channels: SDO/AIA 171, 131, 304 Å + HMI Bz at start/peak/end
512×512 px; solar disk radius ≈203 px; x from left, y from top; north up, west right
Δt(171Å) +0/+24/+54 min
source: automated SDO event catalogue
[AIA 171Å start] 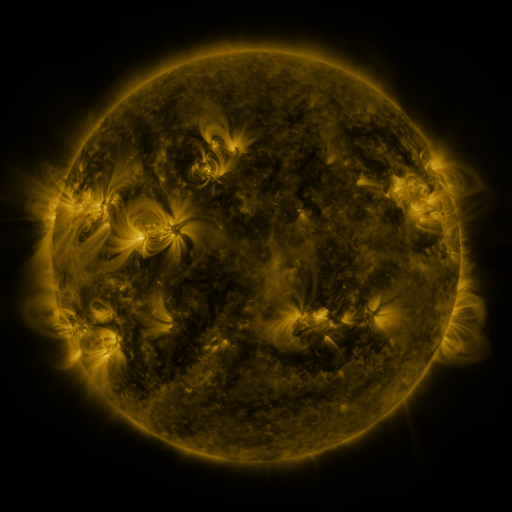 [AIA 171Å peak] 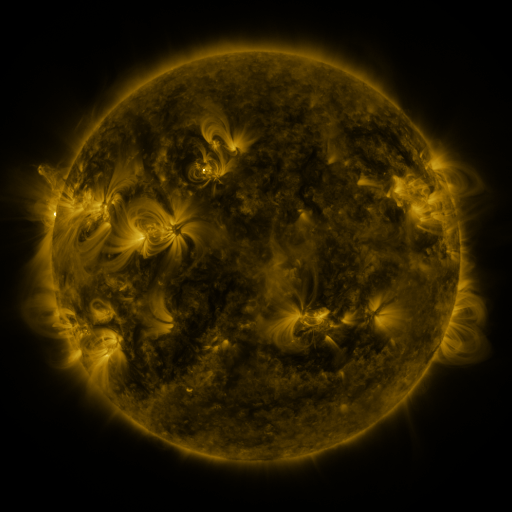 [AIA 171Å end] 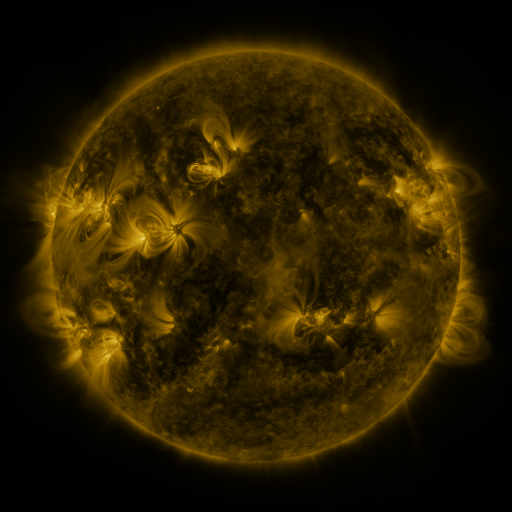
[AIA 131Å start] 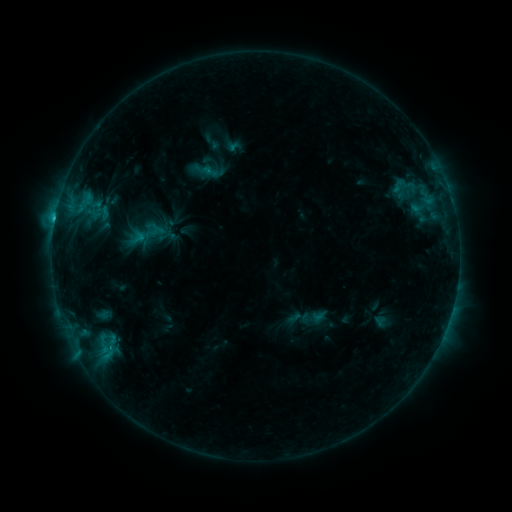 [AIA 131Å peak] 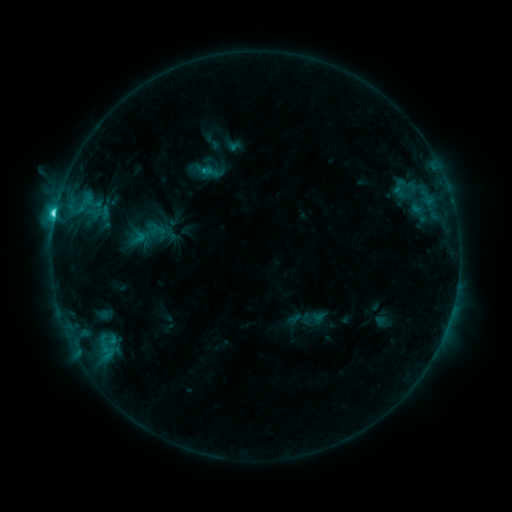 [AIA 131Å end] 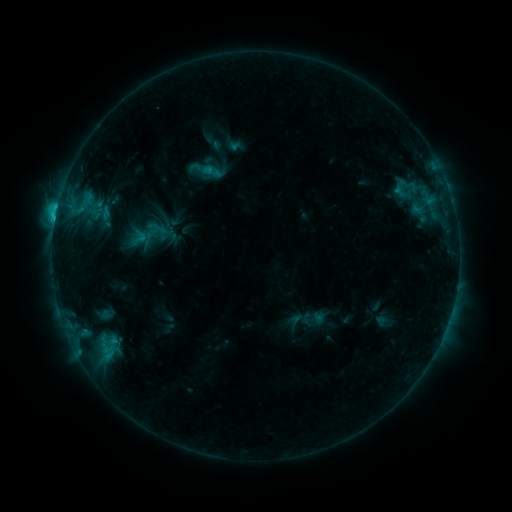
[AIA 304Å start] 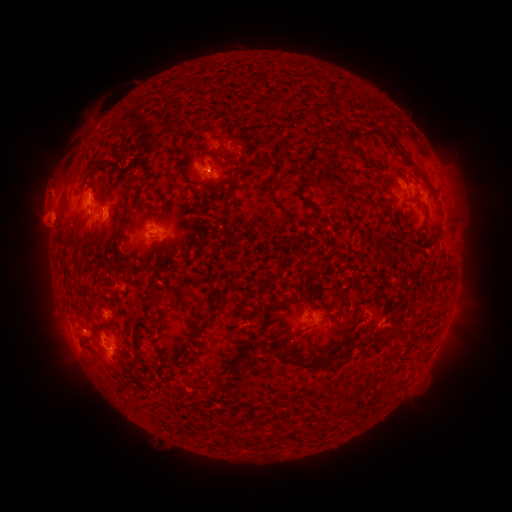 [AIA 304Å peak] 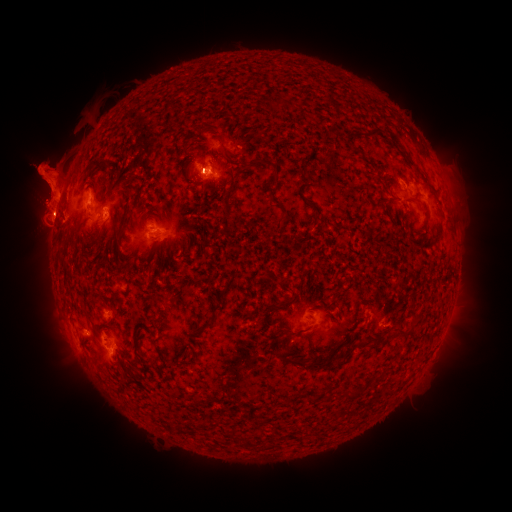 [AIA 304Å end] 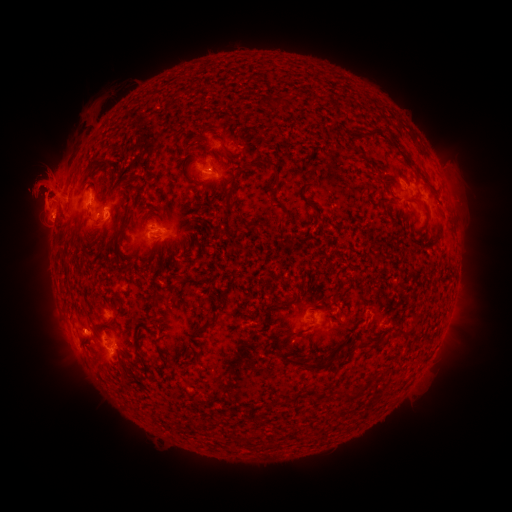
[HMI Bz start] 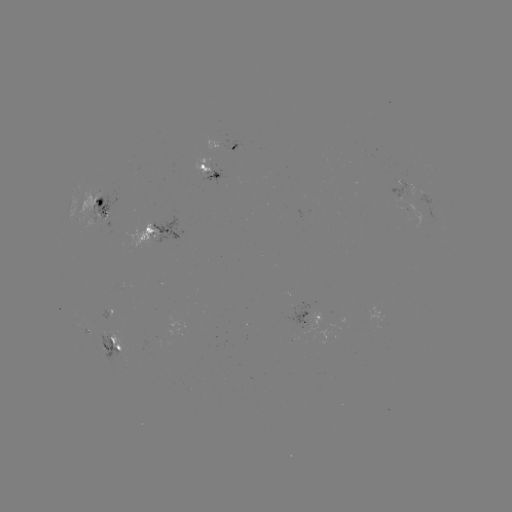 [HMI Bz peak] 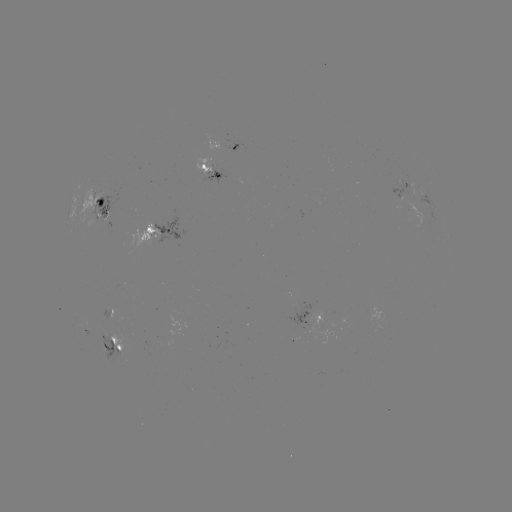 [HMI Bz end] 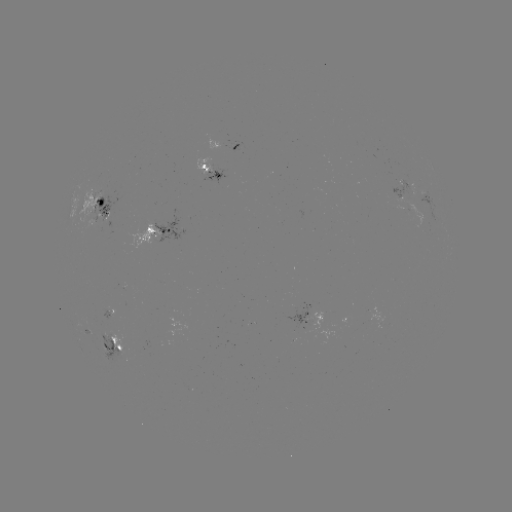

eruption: [0, 92, 147, 290]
